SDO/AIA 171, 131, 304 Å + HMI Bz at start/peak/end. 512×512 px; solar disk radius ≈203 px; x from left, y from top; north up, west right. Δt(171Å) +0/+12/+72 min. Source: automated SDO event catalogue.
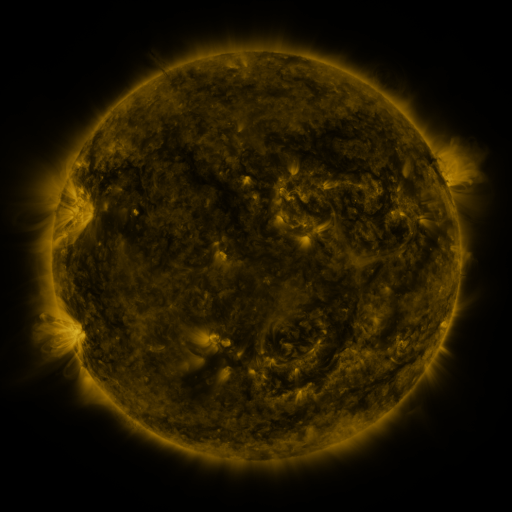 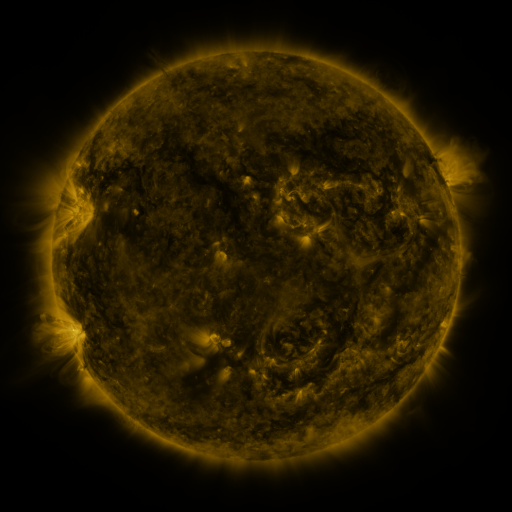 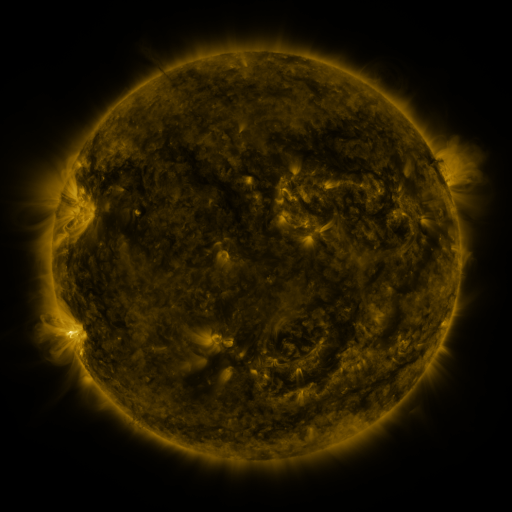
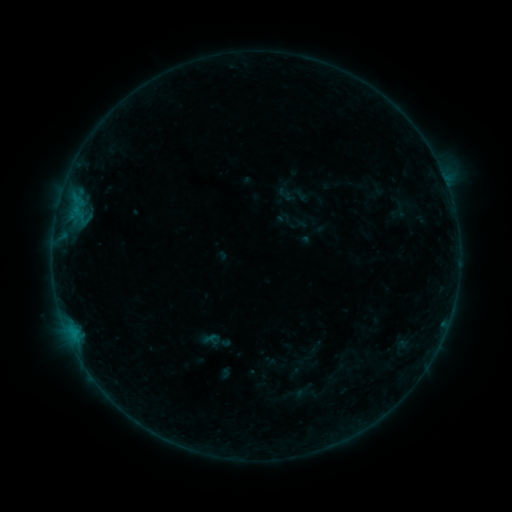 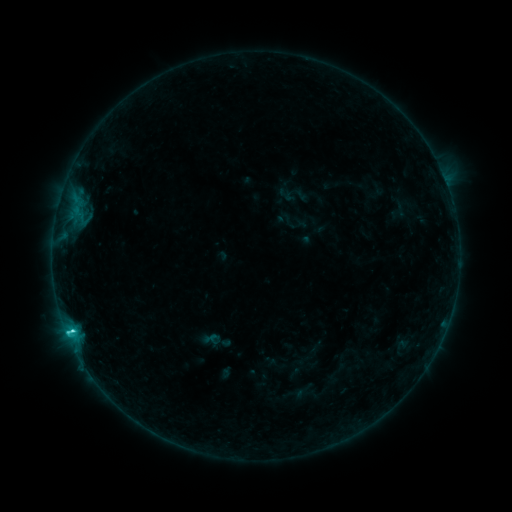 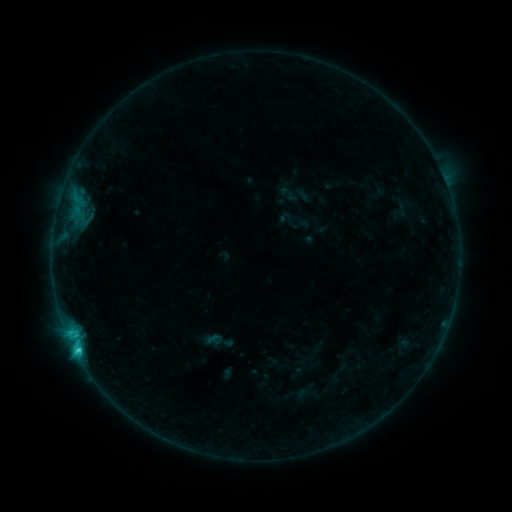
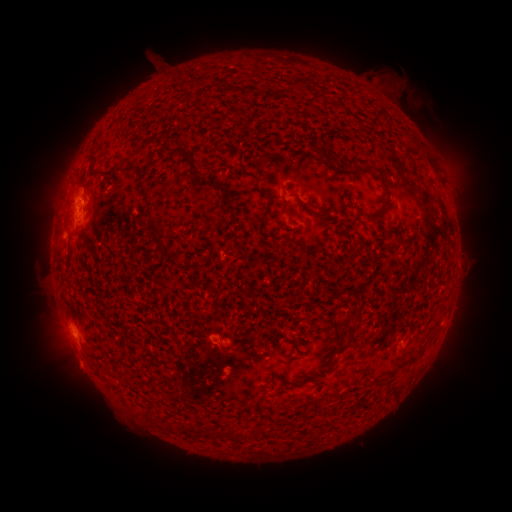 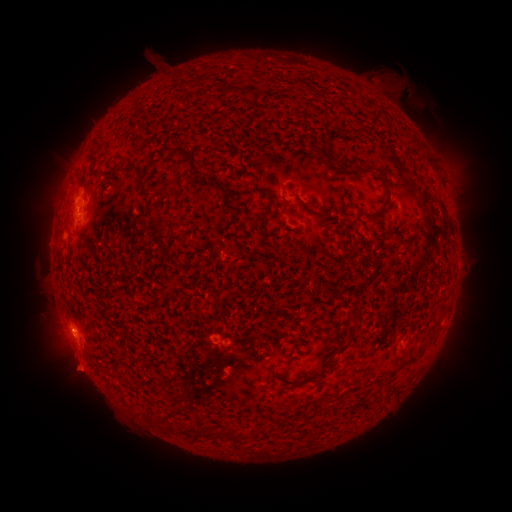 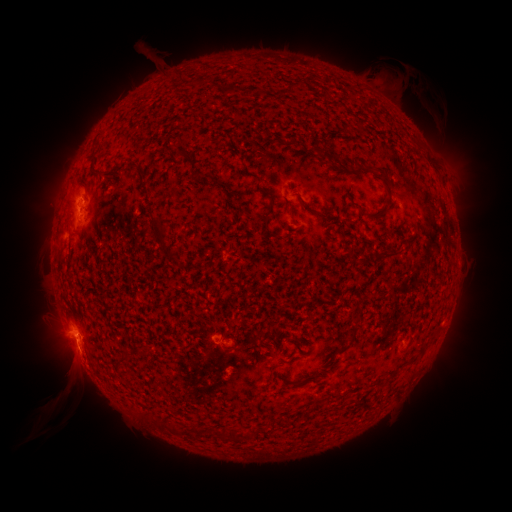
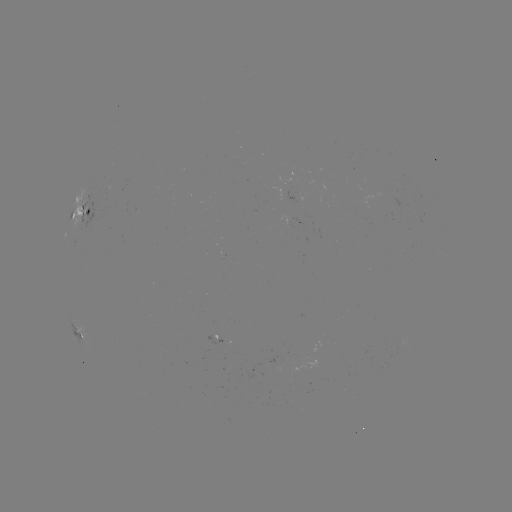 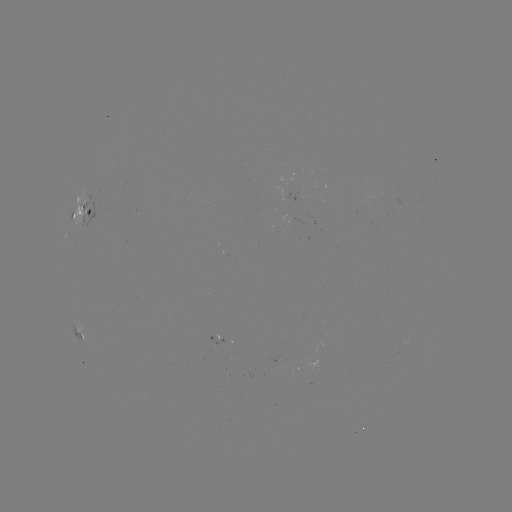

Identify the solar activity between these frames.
C1.9 flare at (73, 328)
